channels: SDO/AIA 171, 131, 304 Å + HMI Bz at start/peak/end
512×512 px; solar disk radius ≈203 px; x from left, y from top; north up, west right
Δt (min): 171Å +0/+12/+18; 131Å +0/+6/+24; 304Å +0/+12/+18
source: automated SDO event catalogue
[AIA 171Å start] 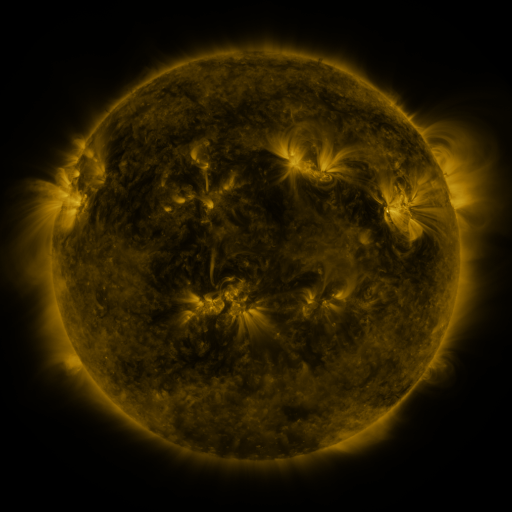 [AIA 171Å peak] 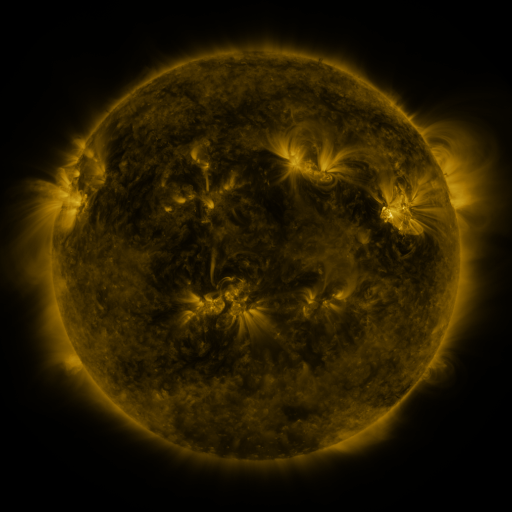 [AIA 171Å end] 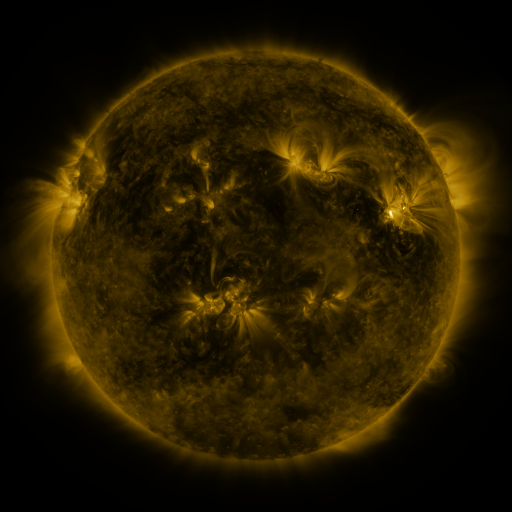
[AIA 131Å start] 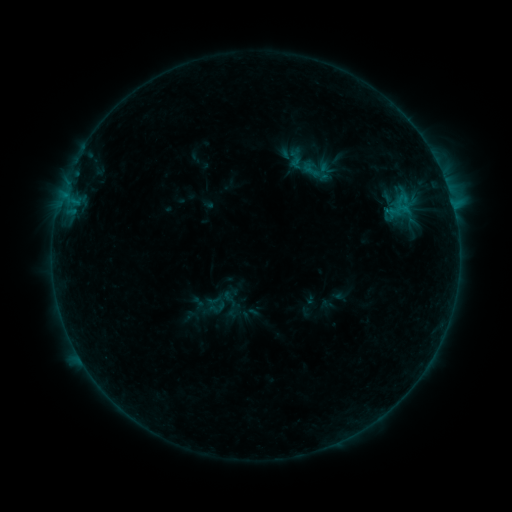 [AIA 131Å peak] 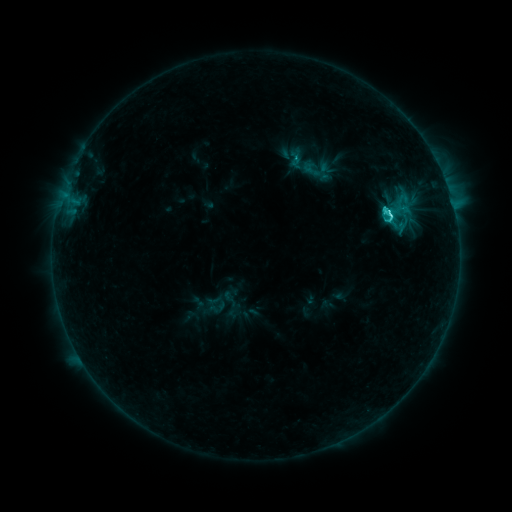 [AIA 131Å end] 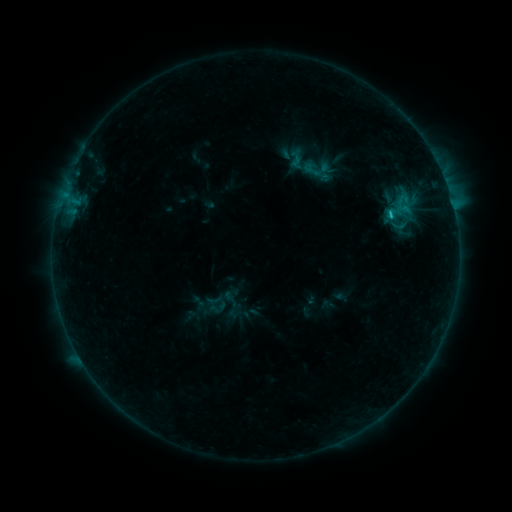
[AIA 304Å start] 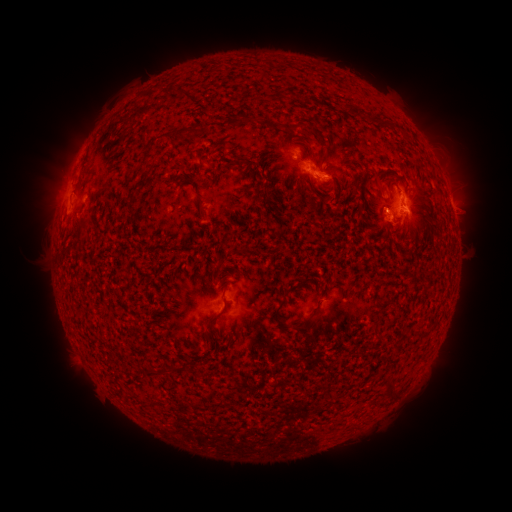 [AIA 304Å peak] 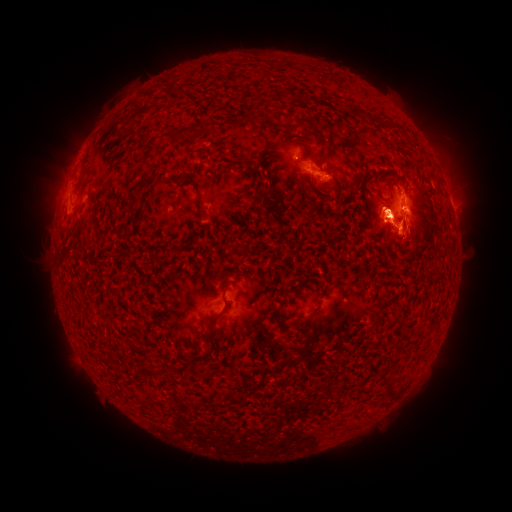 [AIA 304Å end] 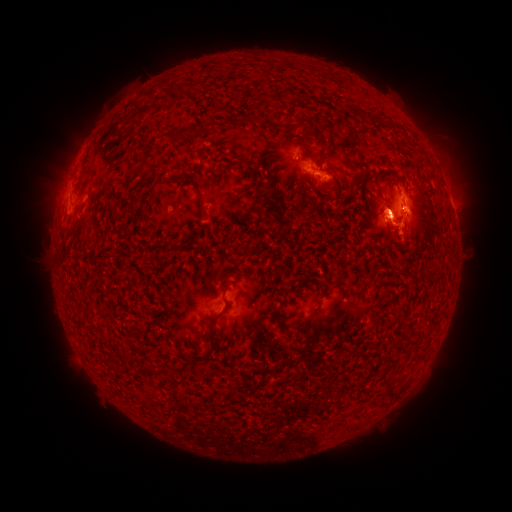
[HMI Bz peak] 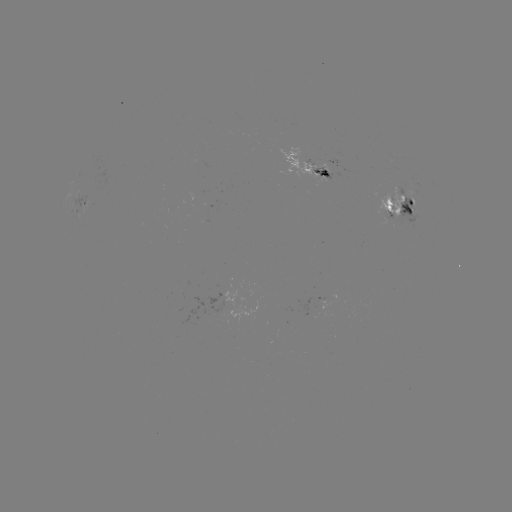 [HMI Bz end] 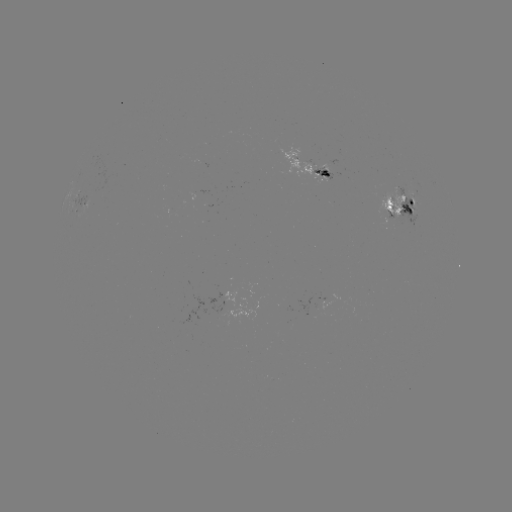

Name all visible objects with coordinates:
C9.6 flare: (388, 215)
